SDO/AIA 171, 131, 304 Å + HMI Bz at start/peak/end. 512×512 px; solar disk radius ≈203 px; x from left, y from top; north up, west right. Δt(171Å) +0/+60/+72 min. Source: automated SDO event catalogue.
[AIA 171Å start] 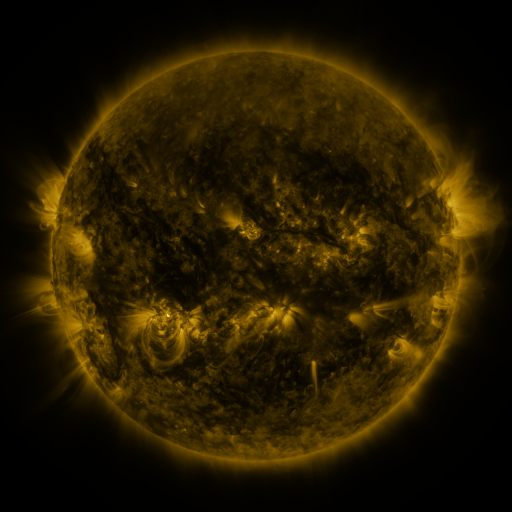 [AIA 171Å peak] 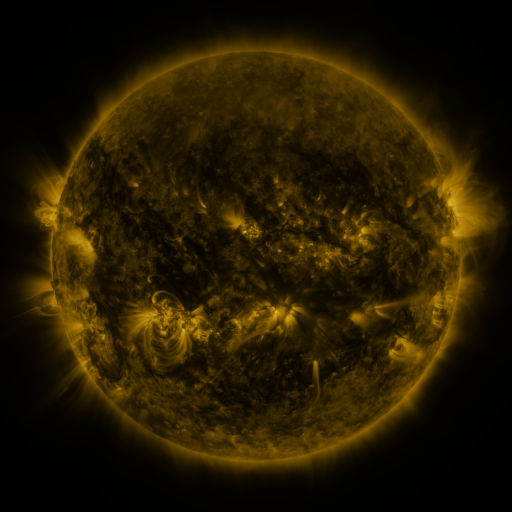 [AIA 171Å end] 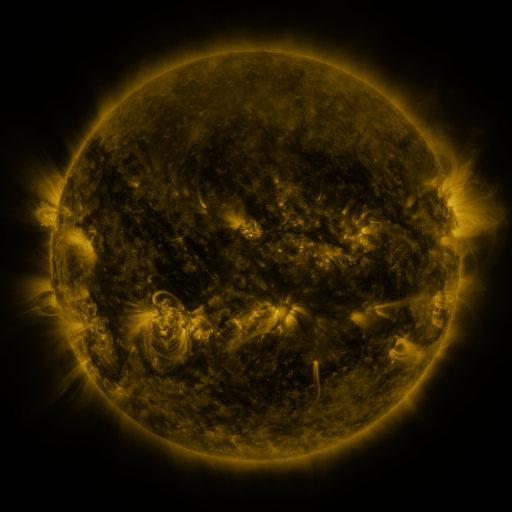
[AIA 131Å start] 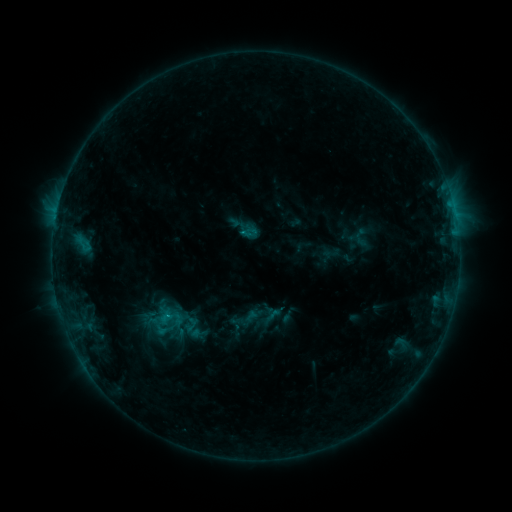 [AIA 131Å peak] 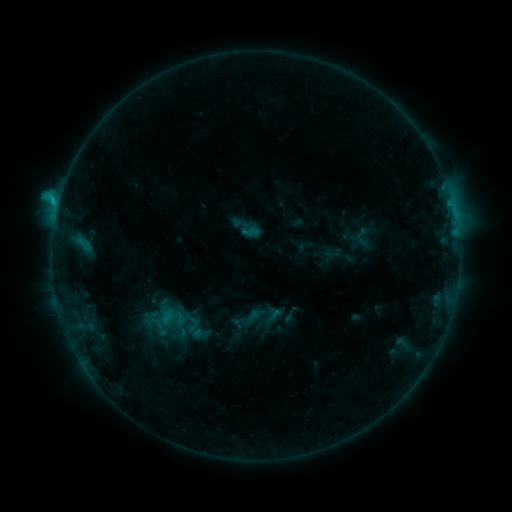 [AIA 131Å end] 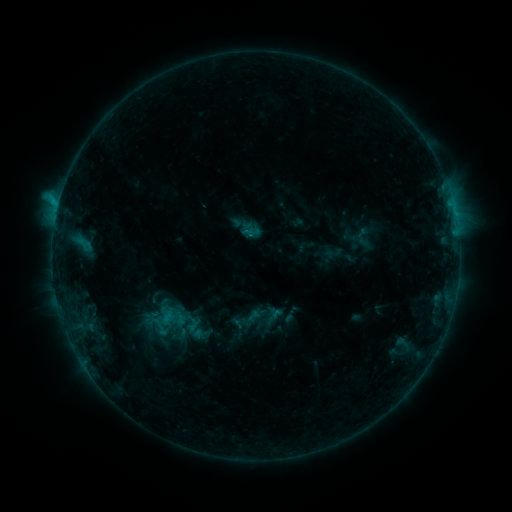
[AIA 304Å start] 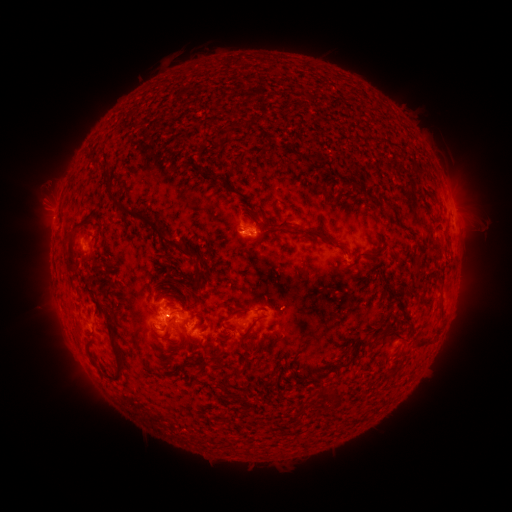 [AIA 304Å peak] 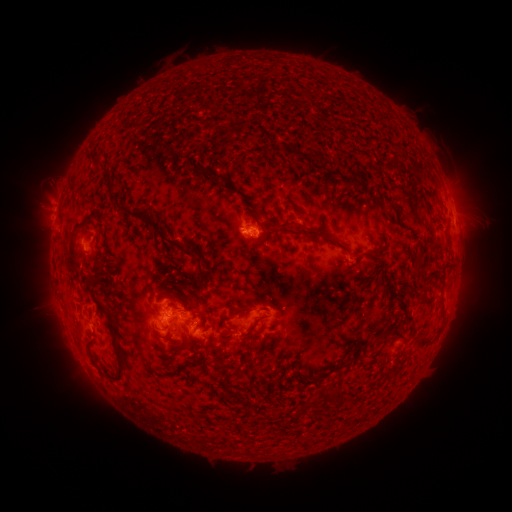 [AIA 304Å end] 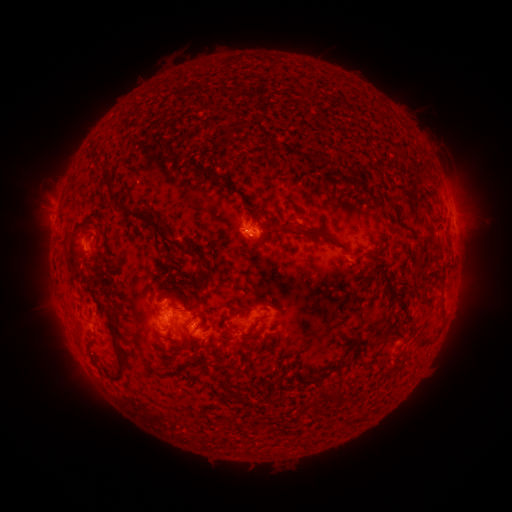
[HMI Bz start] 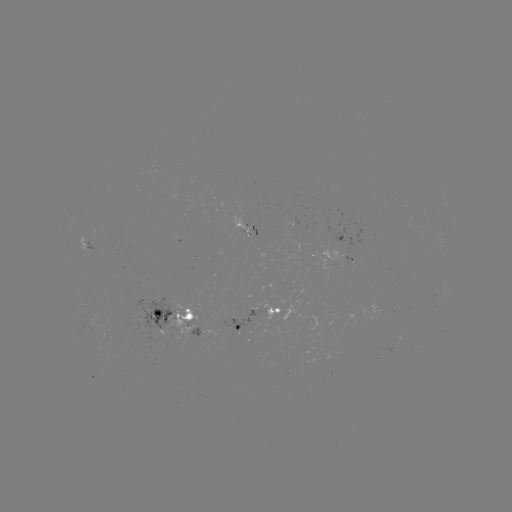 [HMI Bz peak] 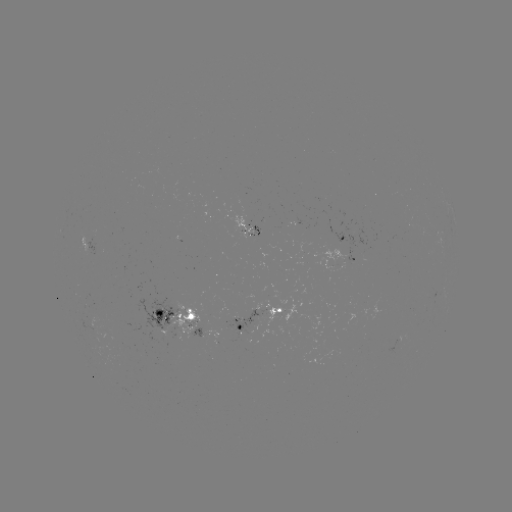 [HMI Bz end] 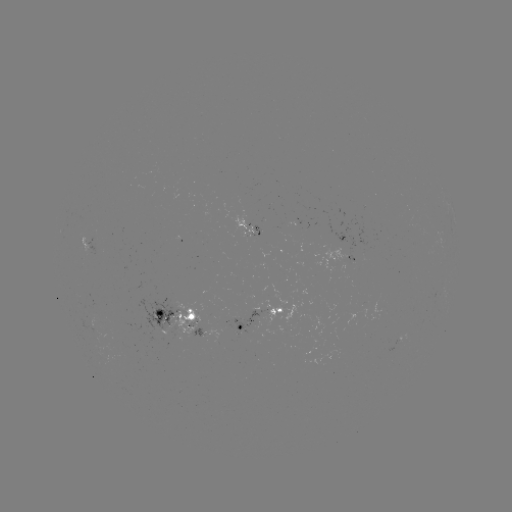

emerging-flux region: [250, 220, 264, 235]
